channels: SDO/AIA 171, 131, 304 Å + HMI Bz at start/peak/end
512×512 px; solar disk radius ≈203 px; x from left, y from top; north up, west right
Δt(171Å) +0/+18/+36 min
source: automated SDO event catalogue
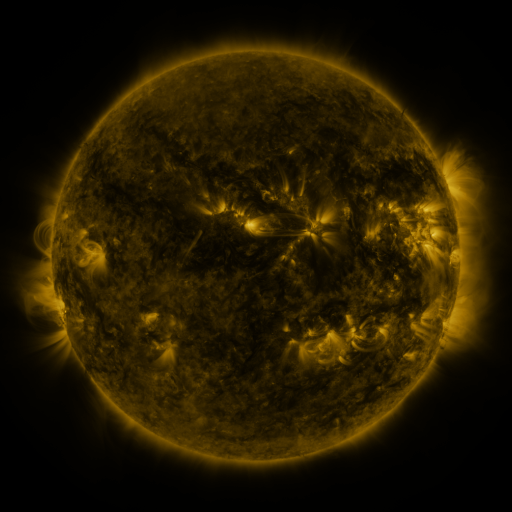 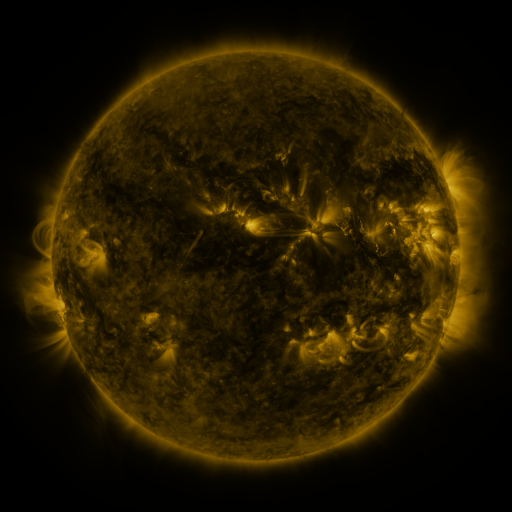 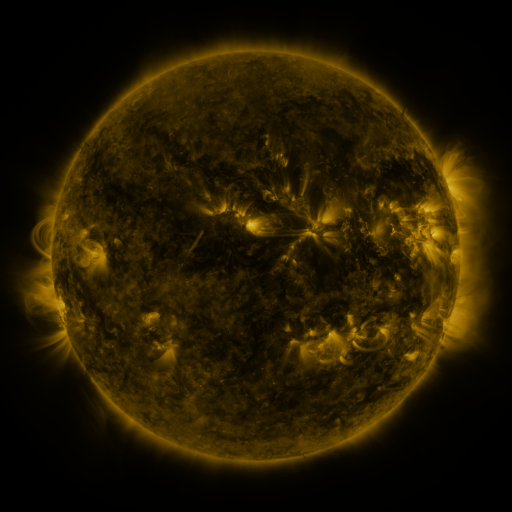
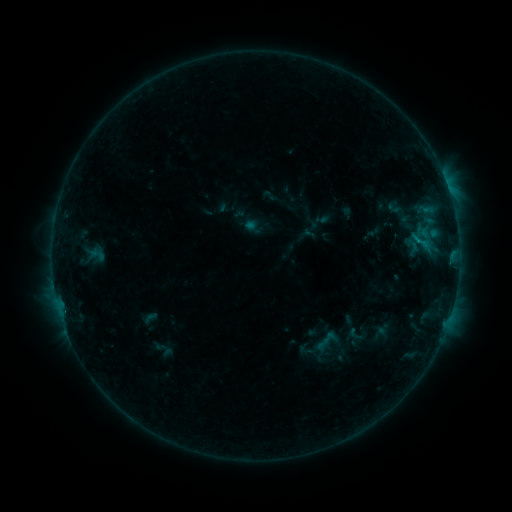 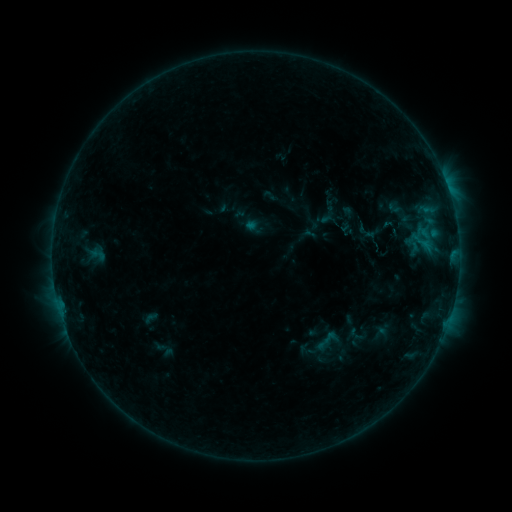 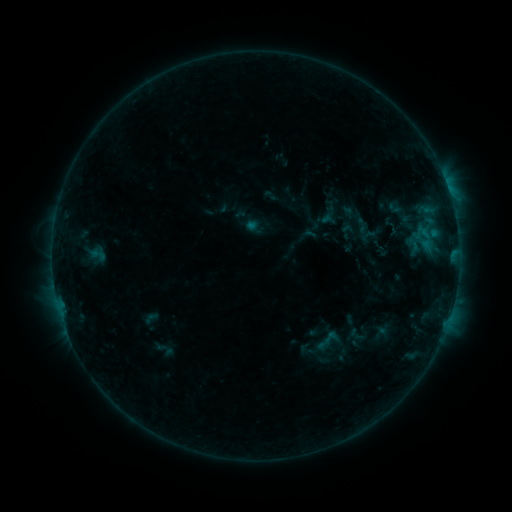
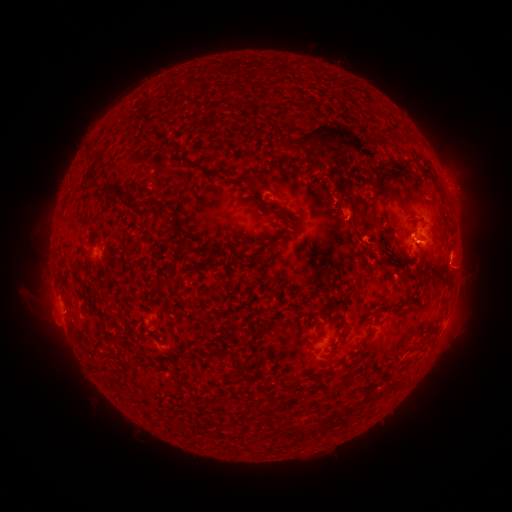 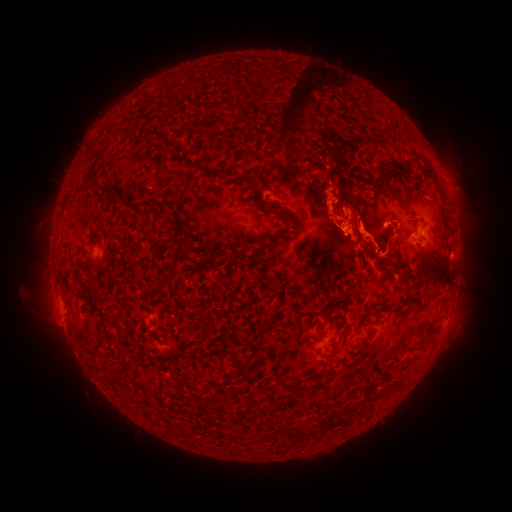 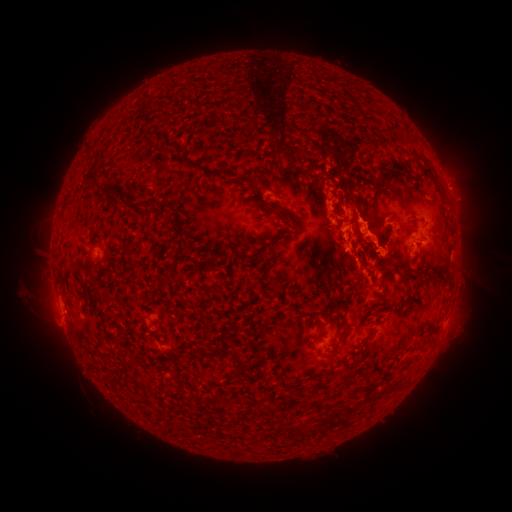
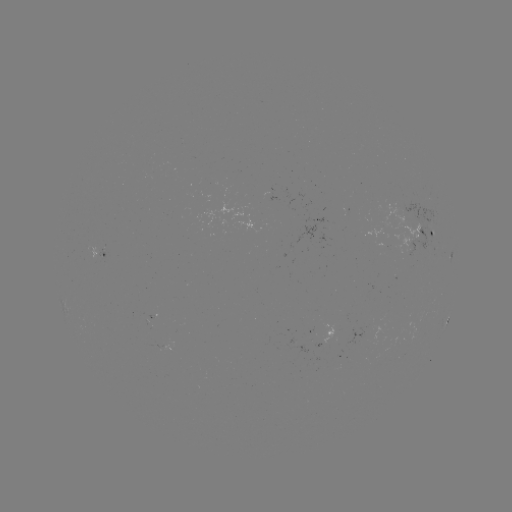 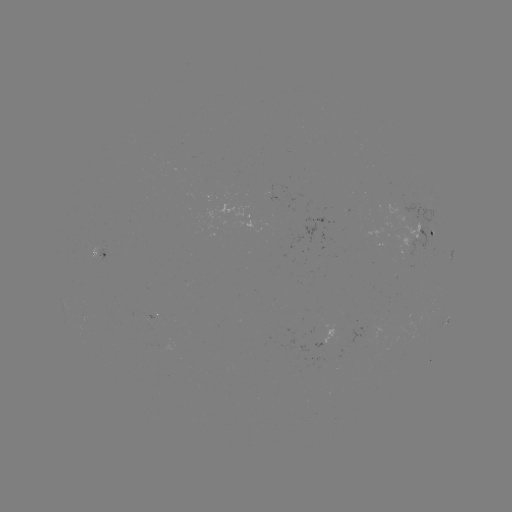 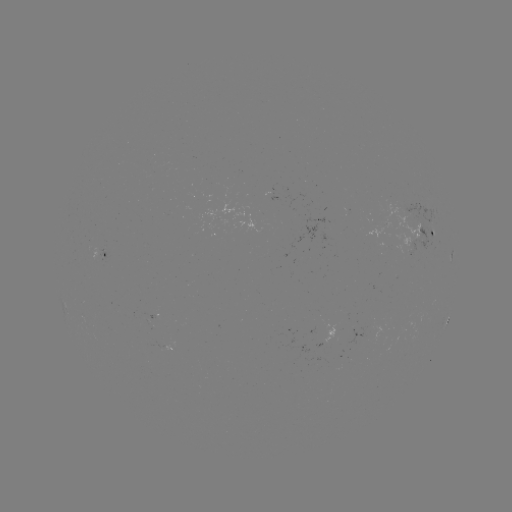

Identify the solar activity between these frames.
eruption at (329, 224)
